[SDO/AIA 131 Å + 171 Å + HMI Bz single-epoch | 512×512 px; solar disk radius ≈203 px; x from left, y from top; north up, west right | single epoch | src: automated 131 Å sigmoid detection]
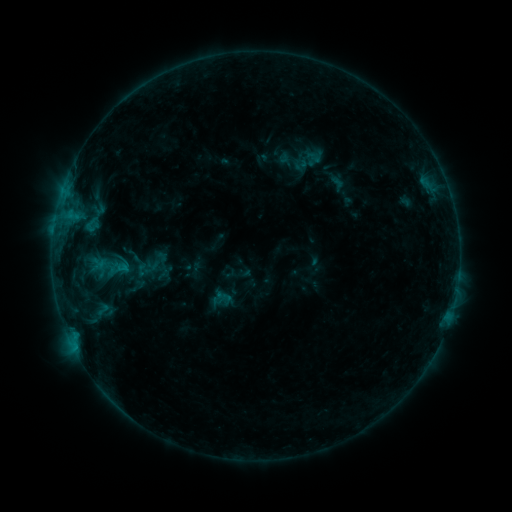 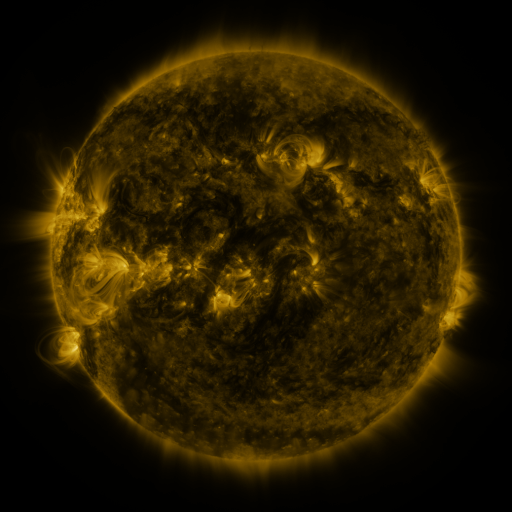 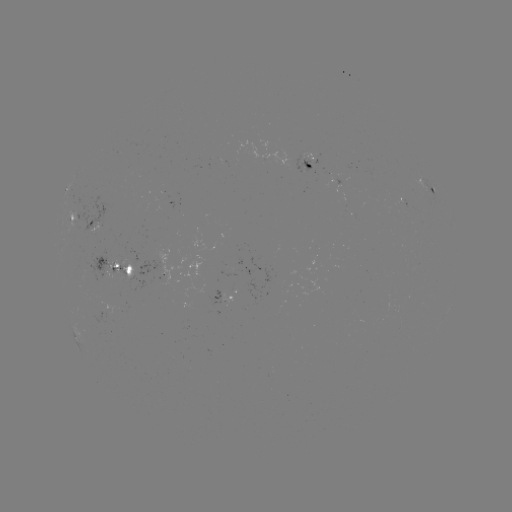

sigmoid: <bbox>90, 301, 116, 318</bbox>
